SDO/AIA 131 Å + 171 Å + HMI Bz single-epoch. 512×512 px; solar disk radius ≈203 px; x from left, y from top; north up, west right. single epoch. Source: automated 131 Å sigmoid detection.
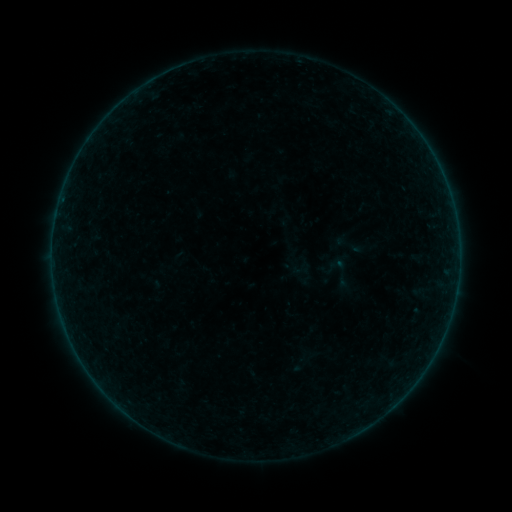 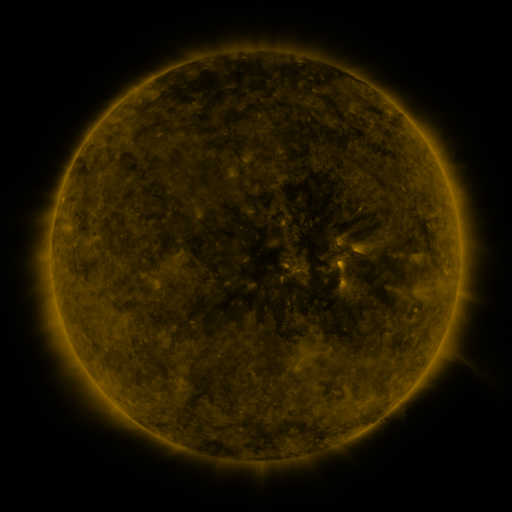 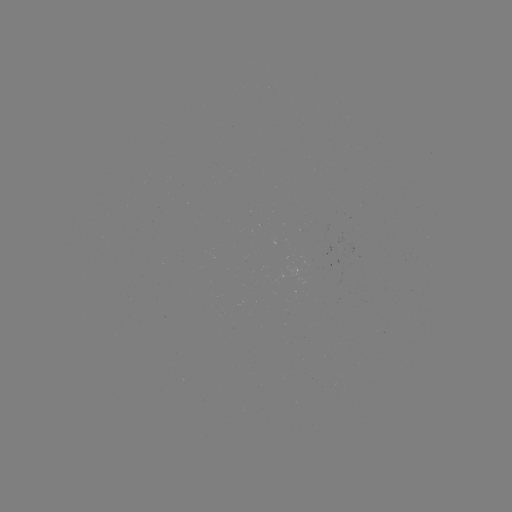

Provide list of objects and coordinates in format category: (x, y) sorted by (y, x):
sigmoid: (340, 273)
